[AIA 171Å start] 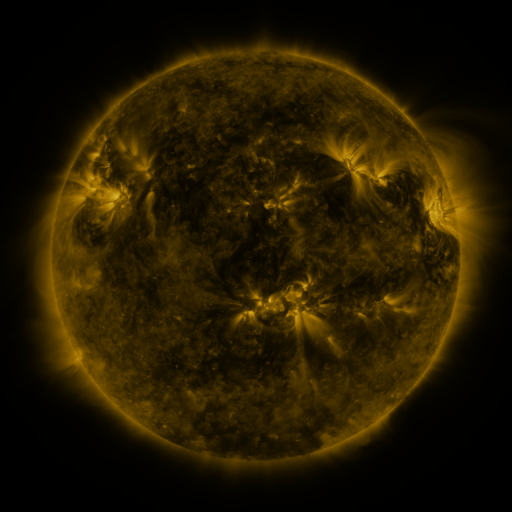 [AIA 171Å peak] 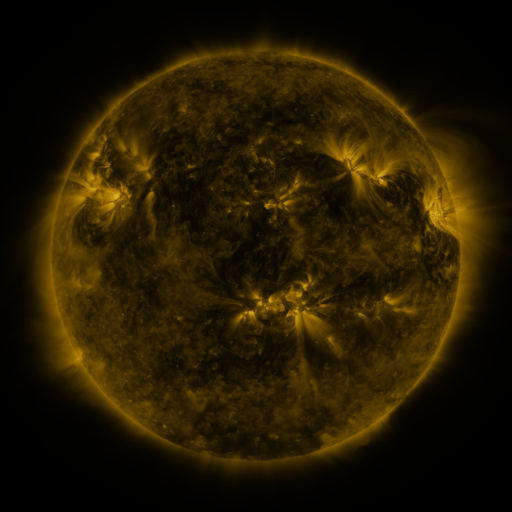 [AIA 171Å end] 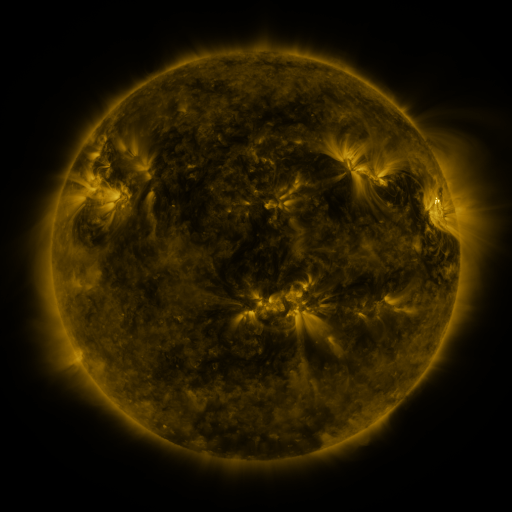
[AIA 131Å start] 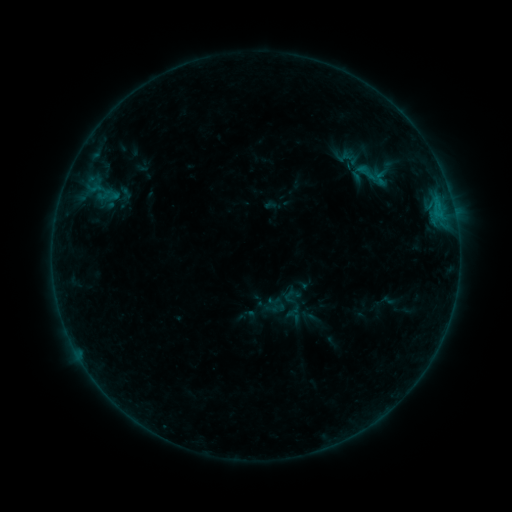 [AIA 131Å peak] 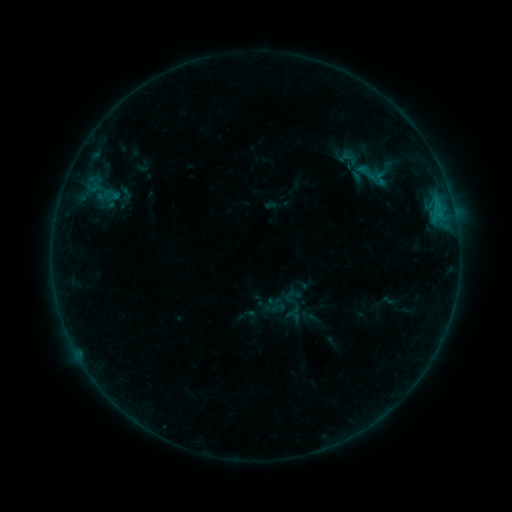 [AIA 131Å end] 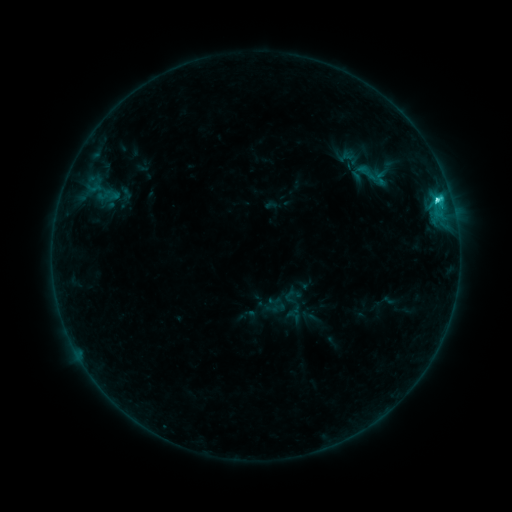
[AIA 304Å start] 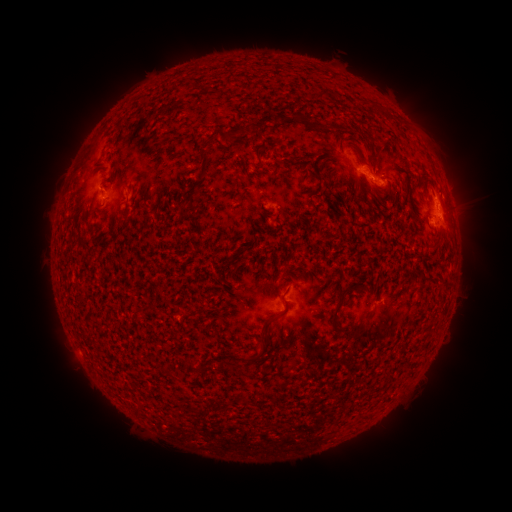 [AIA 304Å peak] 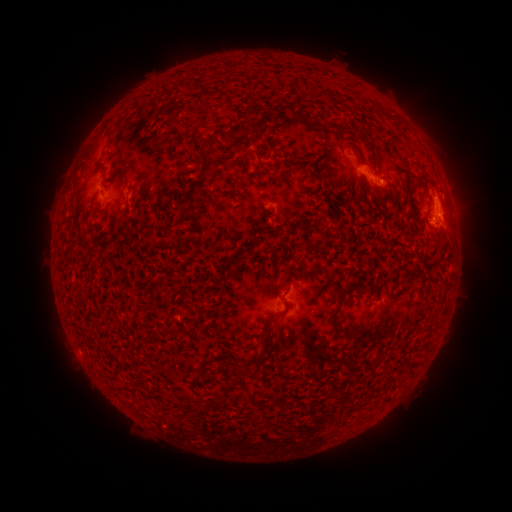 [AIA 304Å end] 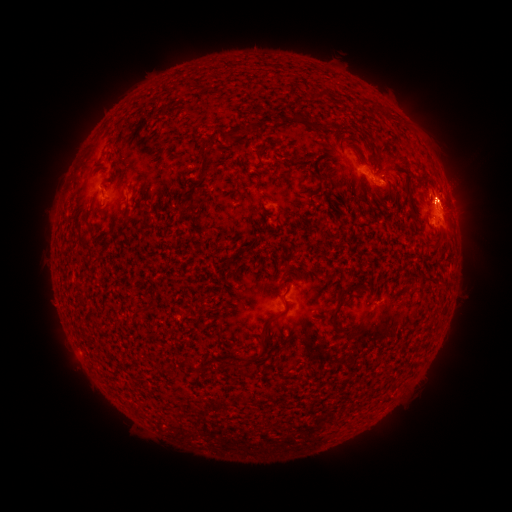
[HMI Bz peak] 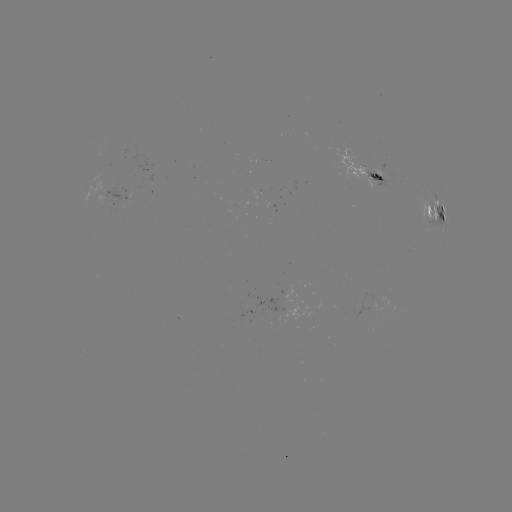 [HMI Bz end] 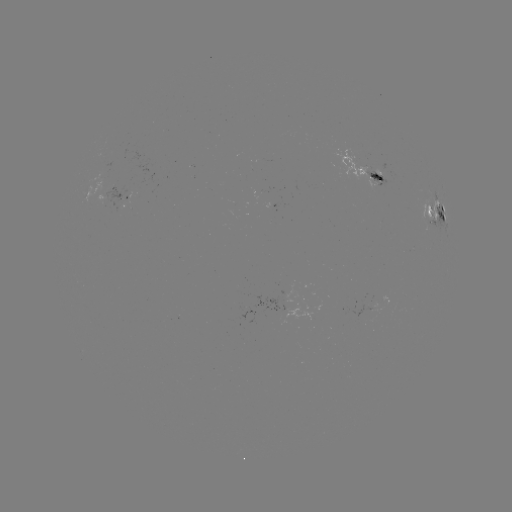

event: flare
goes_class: C4.0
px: (435, 216)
